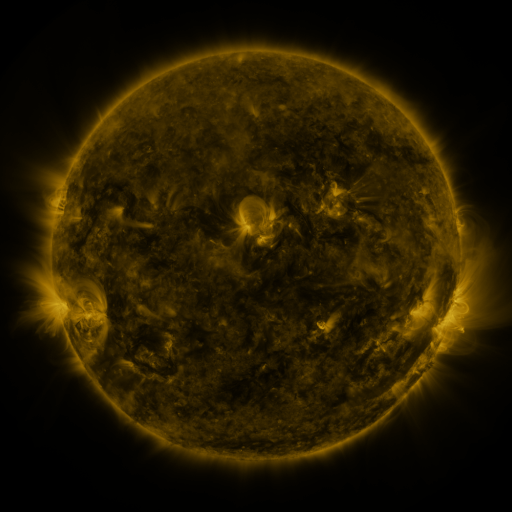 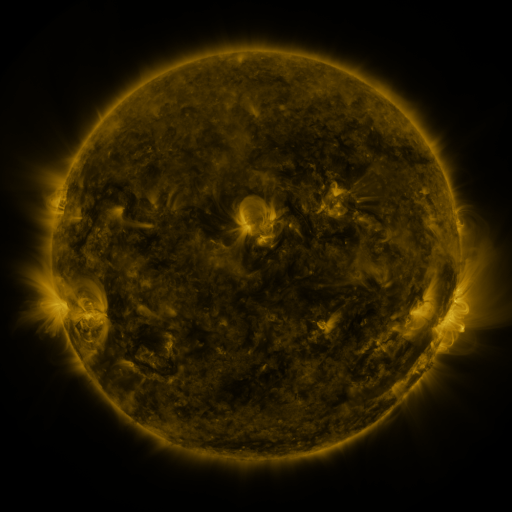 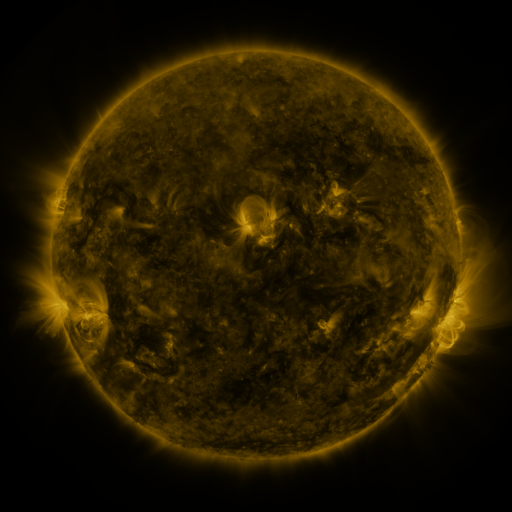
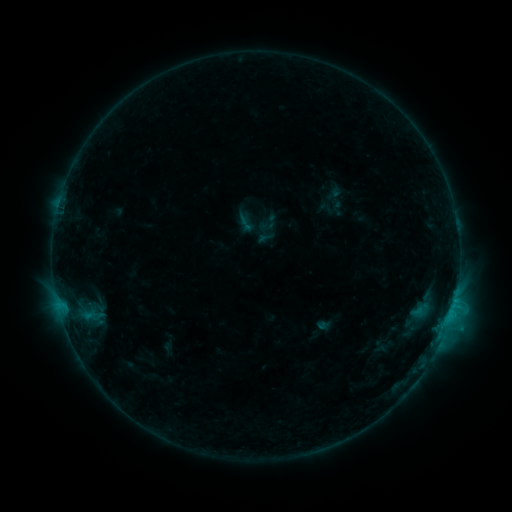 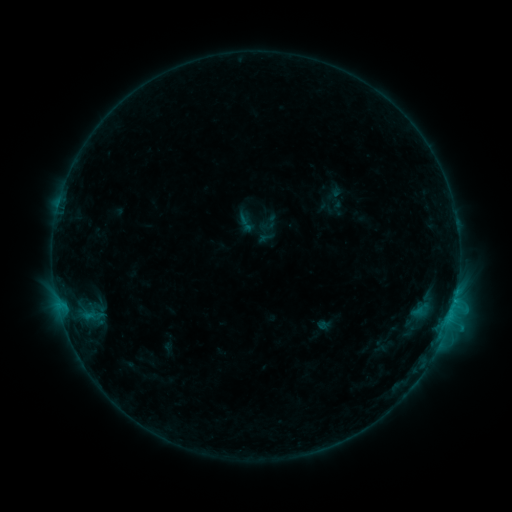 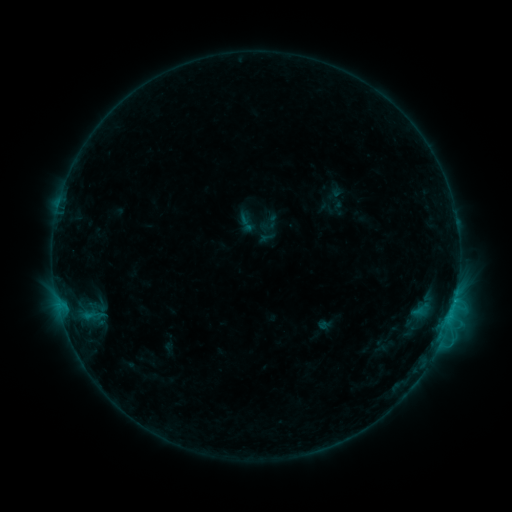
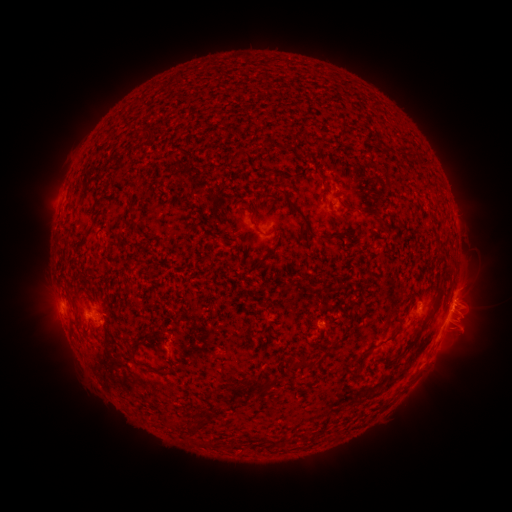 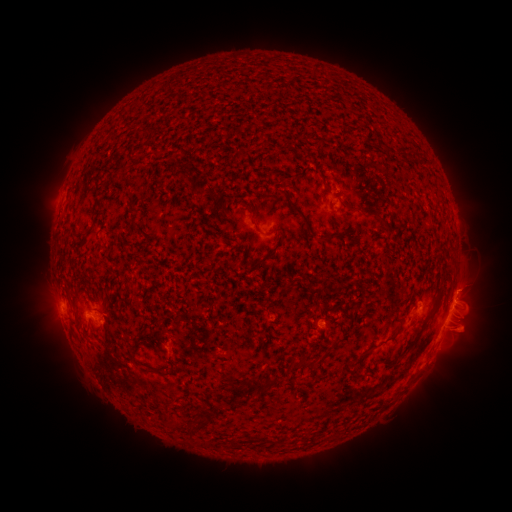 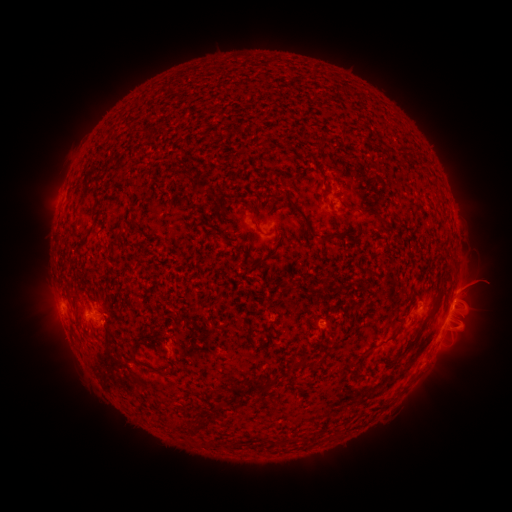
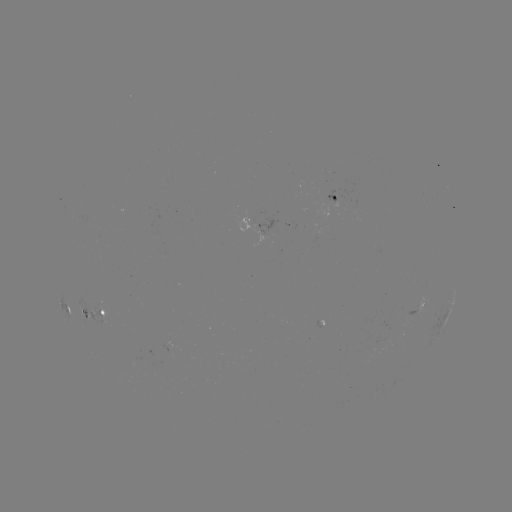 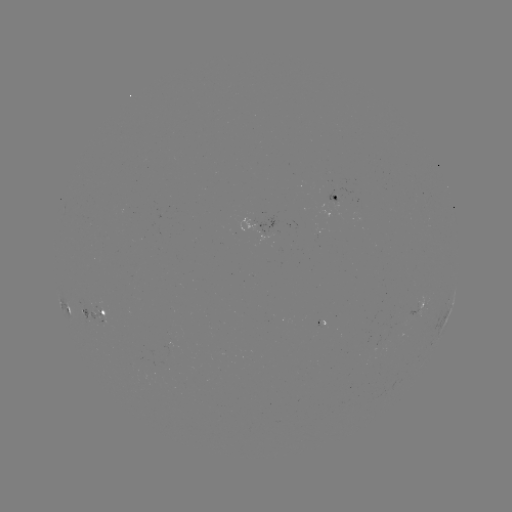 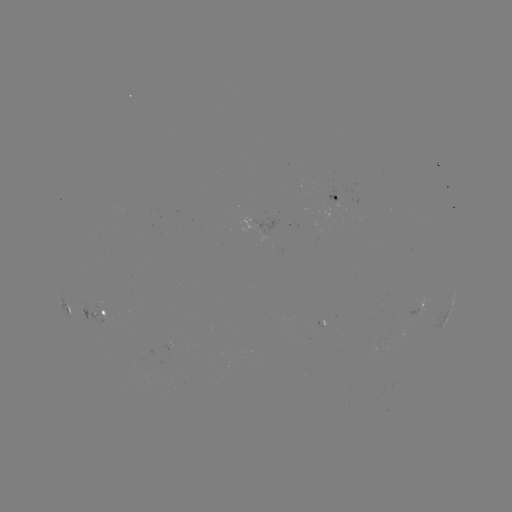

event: eruption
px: (467, 327)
